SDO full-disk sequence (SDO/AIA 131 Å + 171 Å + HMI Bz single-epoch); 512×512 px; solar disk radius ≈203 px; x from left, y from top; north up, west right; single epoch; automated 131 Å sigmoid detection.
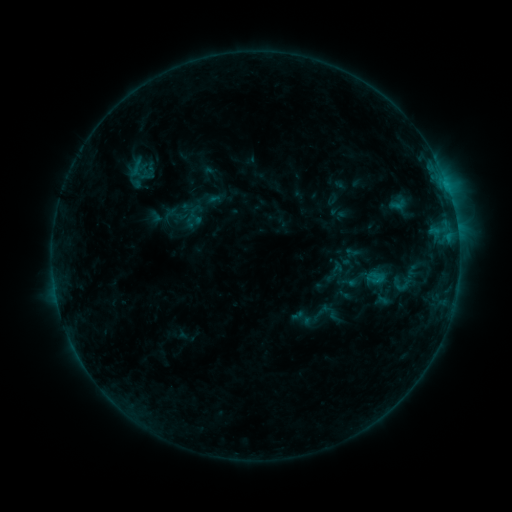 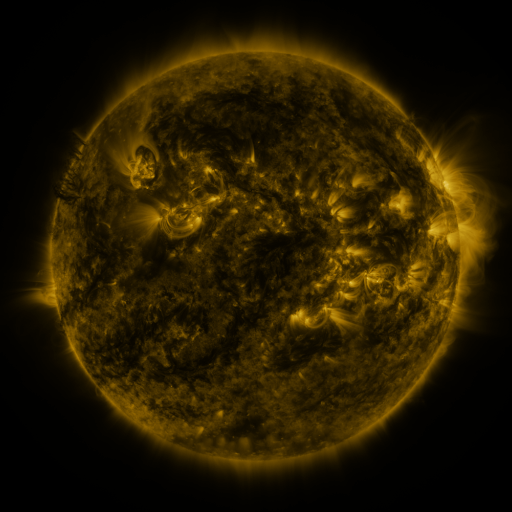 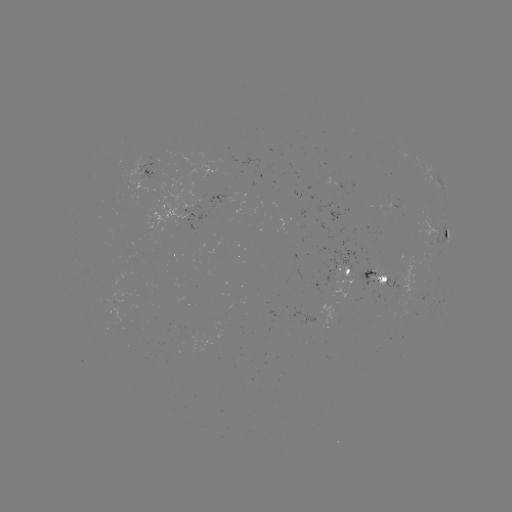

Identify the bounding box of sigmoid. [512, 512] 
[394, 275, 412, 296].